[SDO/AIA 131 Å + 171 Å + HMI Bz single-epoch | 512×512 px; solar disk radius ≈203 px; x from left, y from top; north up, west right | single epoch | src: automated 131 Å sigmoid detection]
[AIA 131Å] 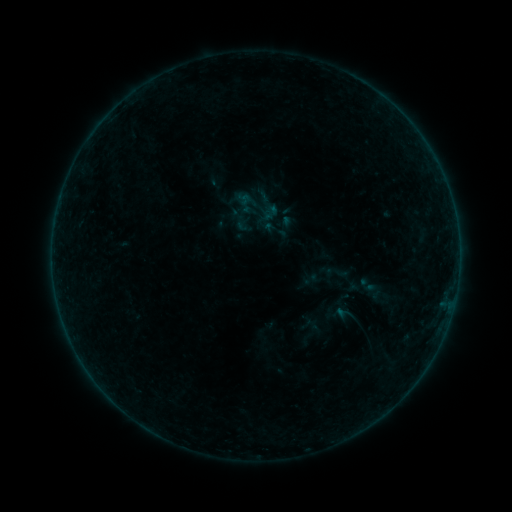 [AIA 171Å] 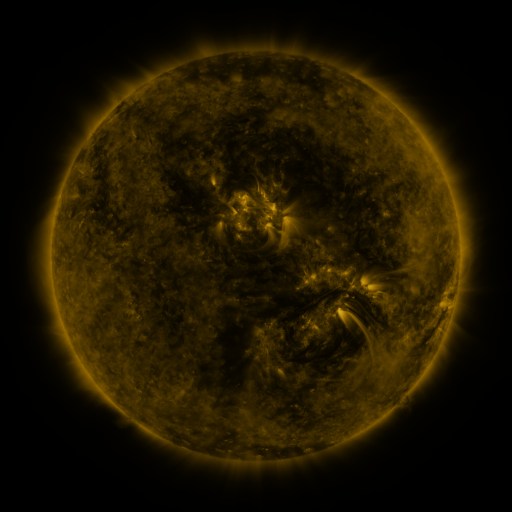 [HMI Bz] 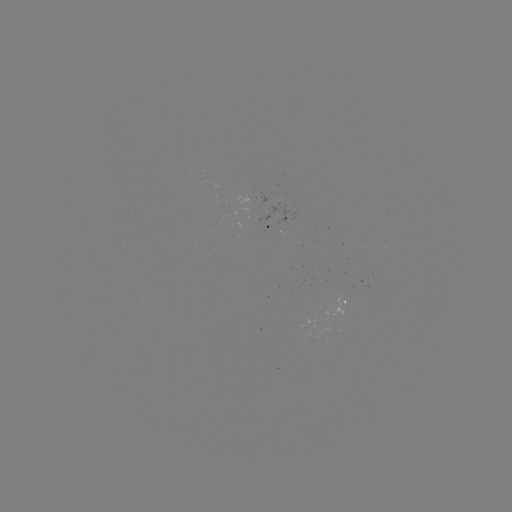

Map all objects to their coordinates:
sigmoid: (257, 206)
sigmoid: (338, 272)
